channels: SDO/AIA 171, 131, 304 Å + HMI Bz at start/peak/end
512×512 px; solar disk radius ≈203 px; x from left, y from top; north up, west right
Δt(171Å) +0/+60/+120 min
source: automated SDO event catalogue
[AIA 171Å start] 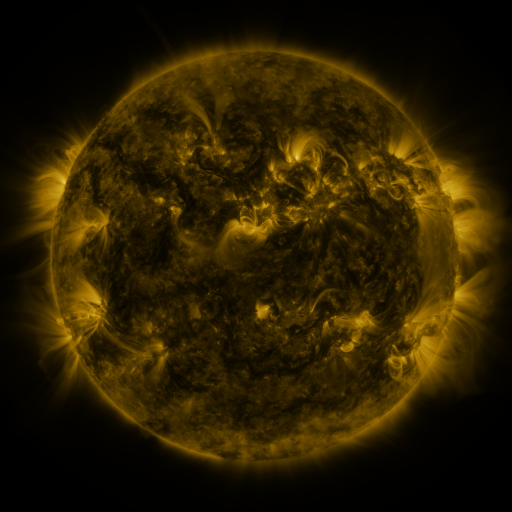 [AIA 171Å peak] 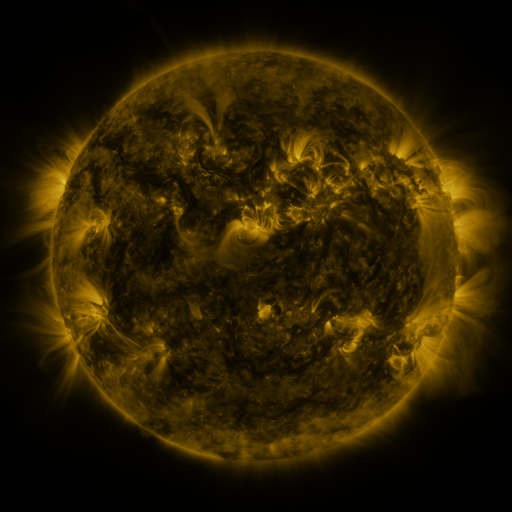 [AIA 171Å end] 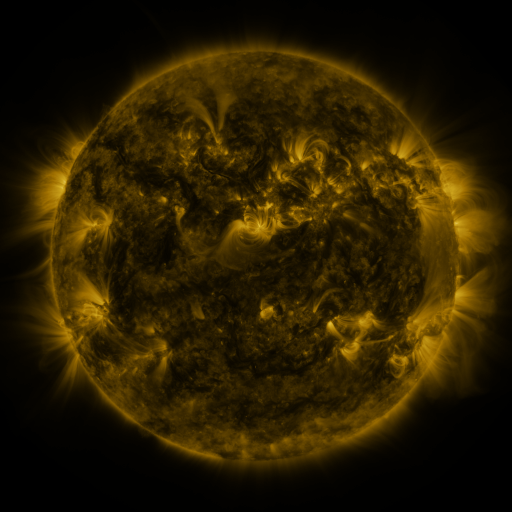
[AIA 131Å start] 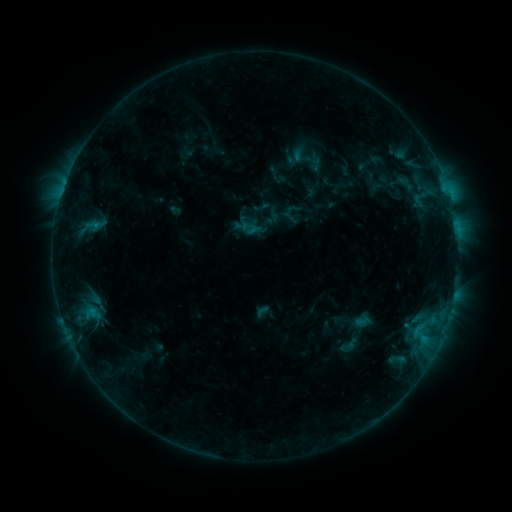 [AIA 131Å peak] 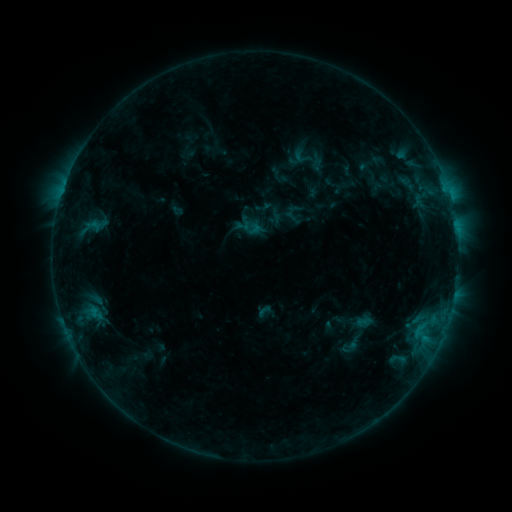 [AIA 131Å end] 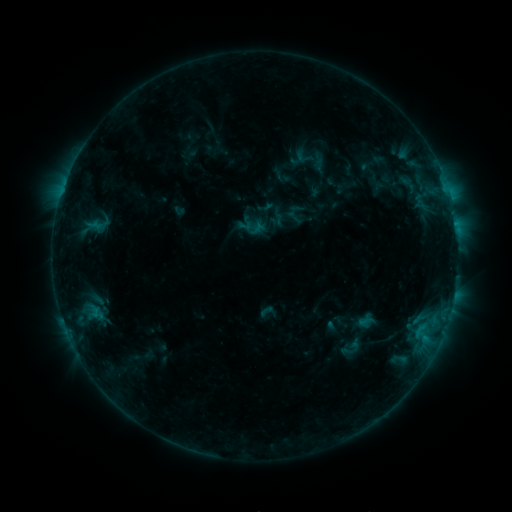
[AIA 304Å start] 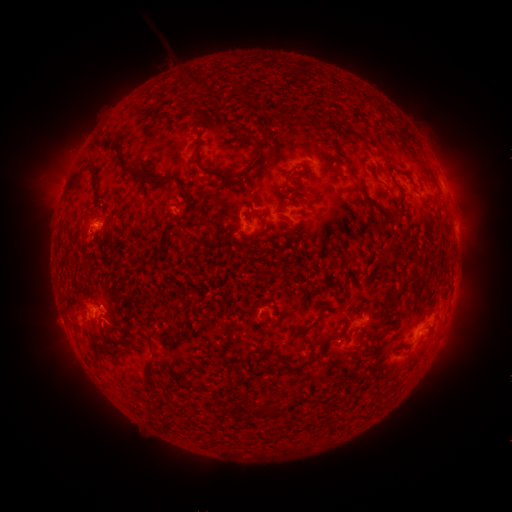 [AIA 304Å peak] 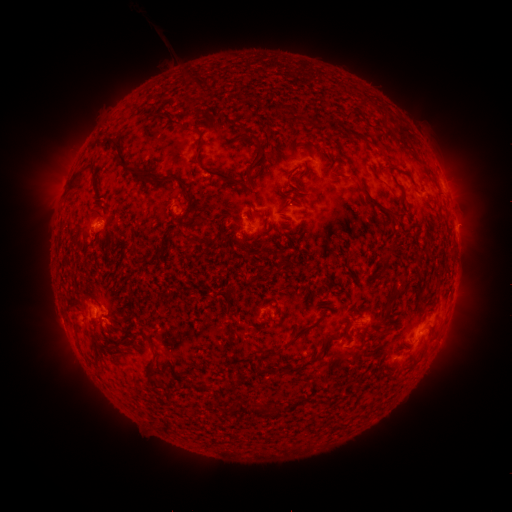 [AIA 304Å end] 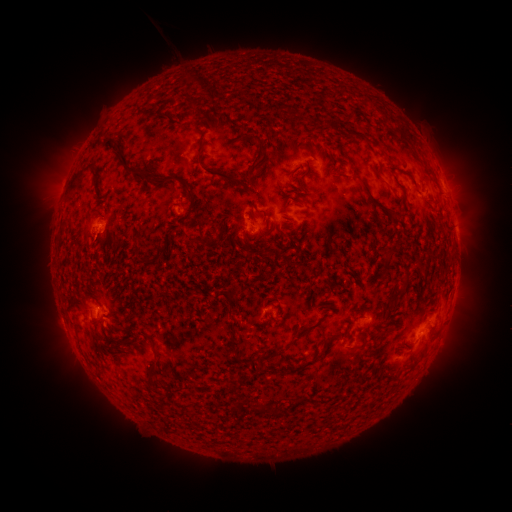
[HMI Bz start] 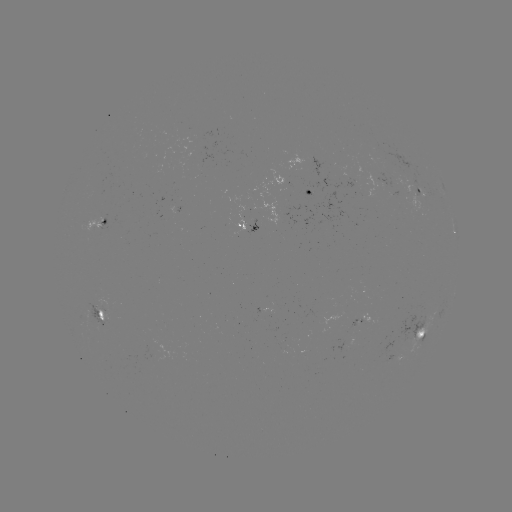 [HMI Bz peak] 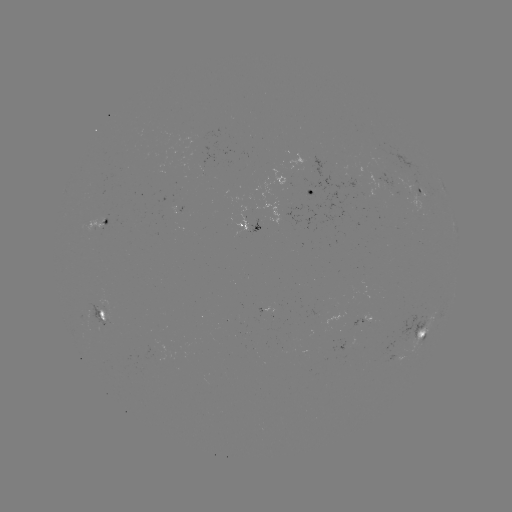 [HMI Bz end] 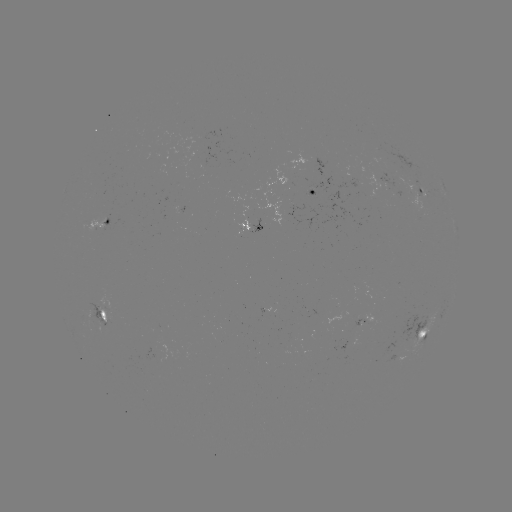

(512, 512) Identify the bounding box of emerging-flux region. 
[393, 177, 425, 194].